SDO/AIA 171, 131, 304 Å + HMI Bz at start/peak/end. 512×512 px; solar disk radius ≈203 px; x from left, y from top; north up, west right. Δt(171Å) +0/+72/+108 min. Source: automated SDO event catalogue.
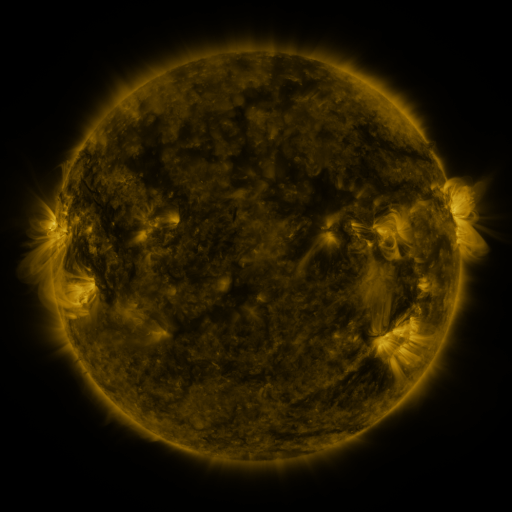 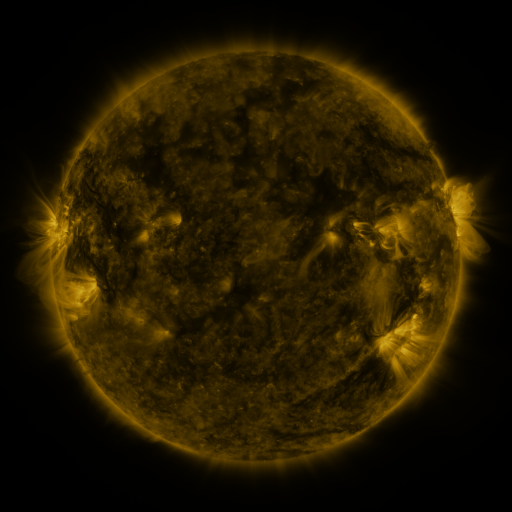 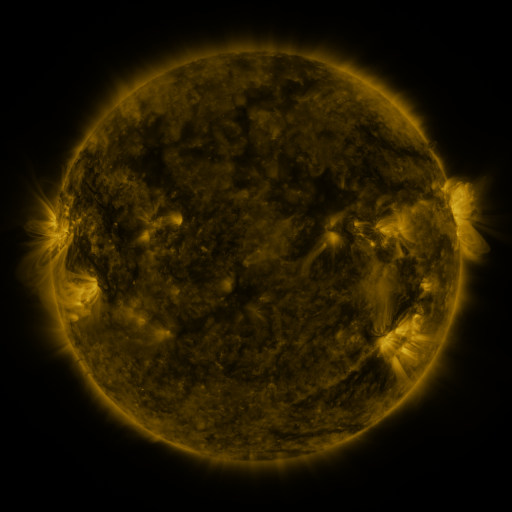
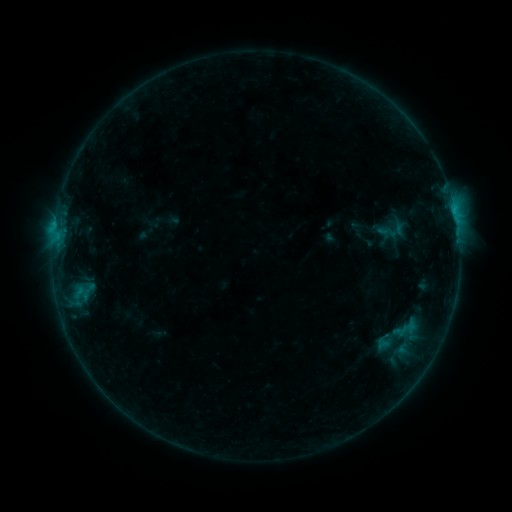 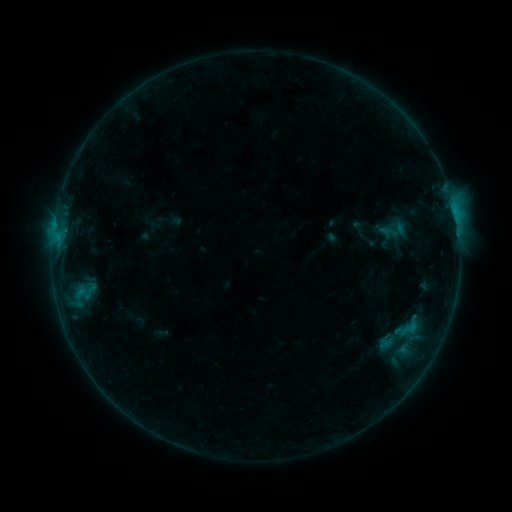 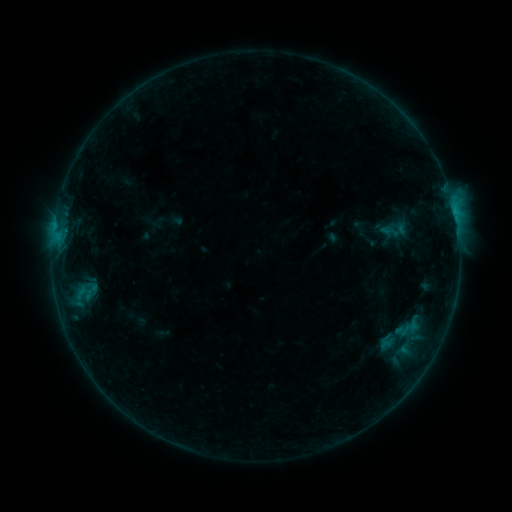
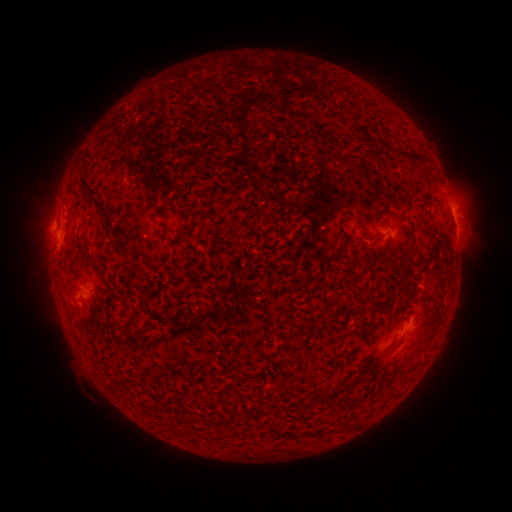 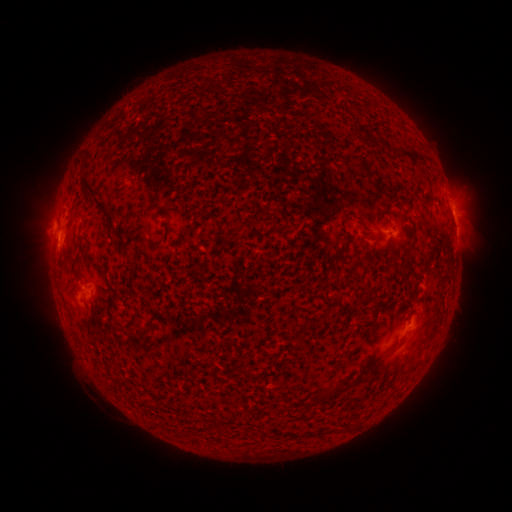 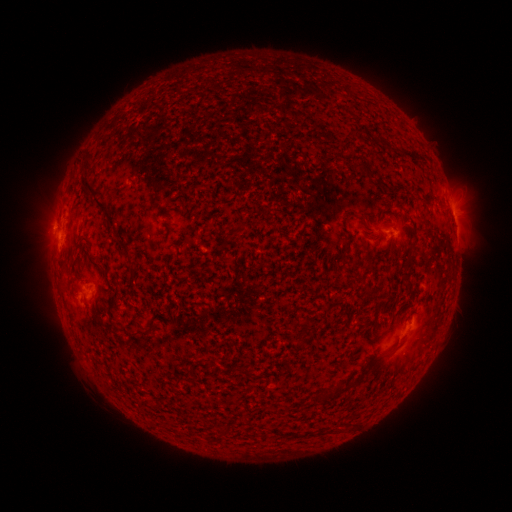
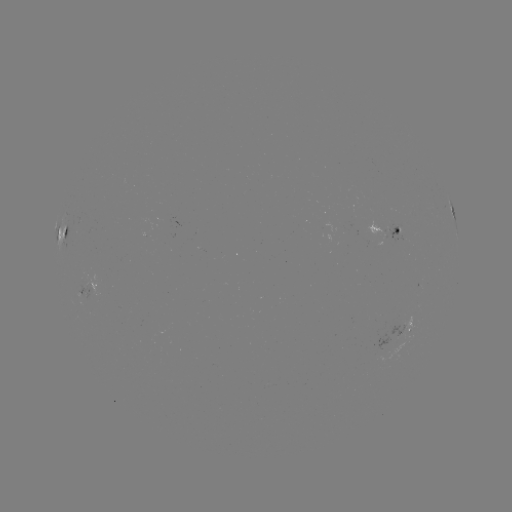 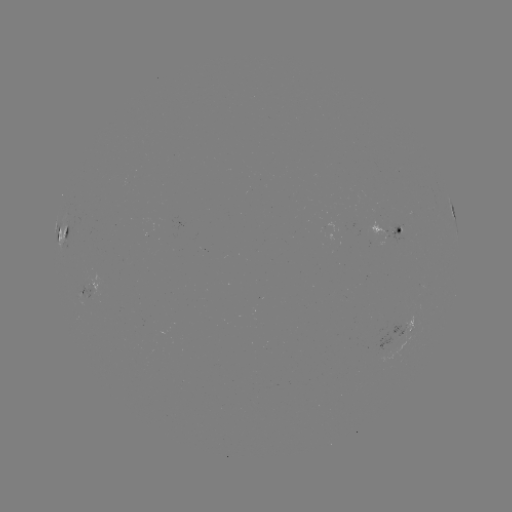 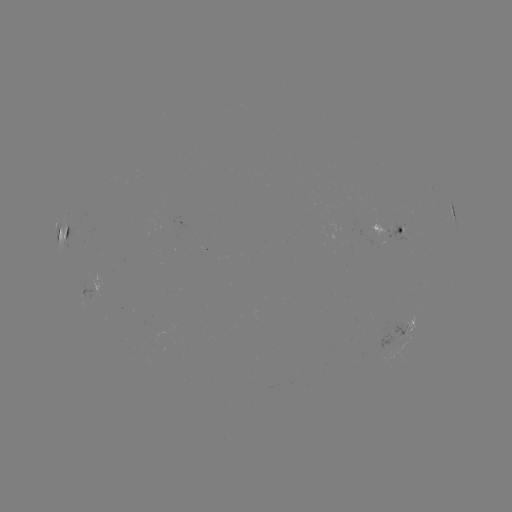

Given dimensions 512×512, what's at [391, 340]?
emerging-flux region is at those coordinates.